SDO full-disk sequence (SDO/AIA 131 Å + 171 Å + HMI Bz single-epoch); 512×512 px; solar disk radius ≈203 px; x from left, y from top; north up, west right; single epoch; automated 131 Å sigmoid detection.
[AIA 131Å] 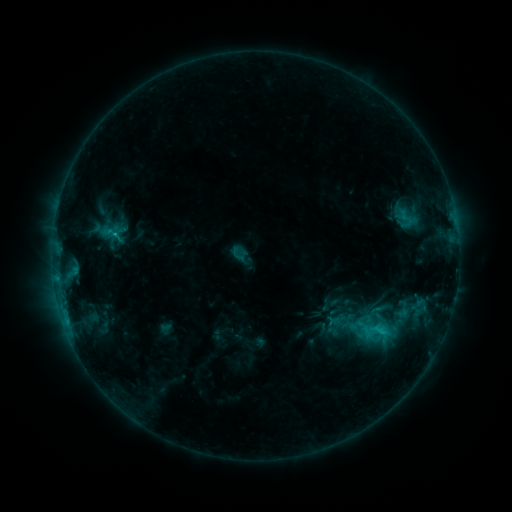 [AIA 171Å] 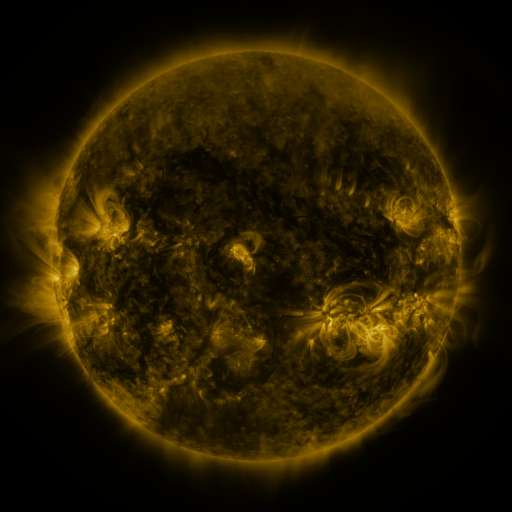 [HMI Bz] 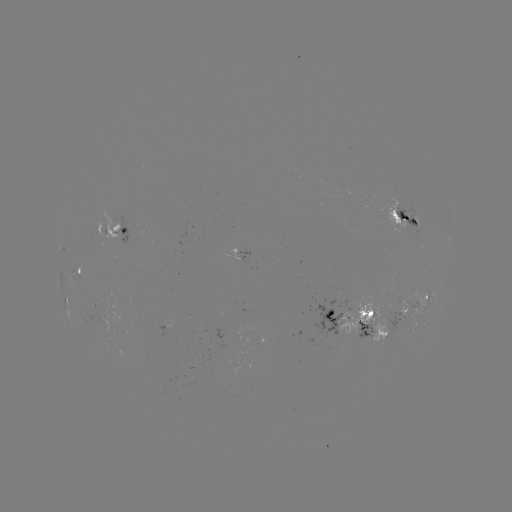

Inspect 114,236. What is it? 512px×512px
sigmoid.